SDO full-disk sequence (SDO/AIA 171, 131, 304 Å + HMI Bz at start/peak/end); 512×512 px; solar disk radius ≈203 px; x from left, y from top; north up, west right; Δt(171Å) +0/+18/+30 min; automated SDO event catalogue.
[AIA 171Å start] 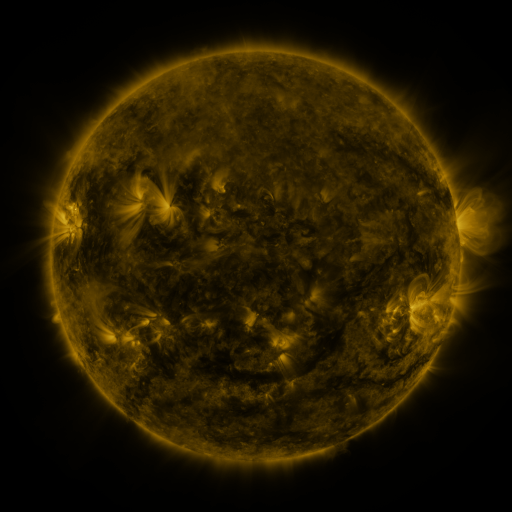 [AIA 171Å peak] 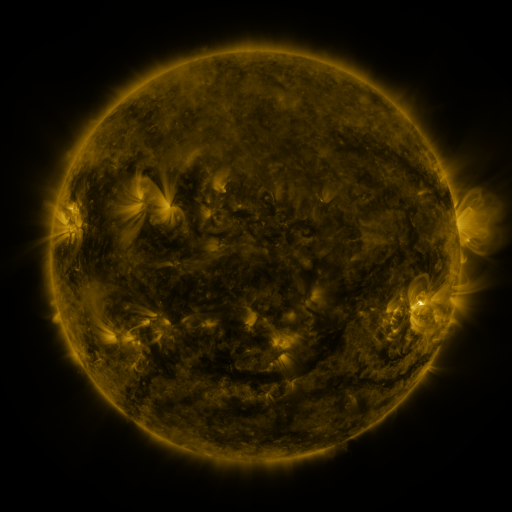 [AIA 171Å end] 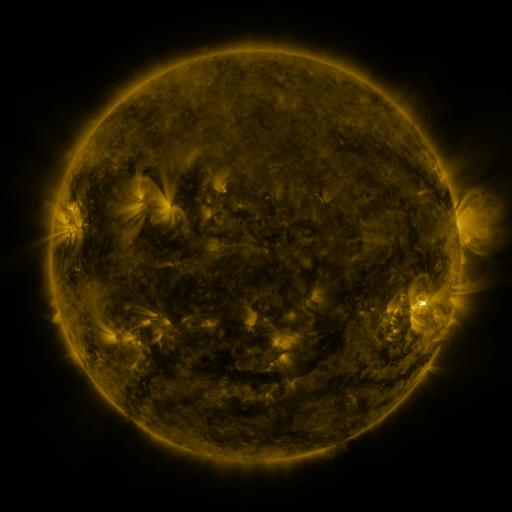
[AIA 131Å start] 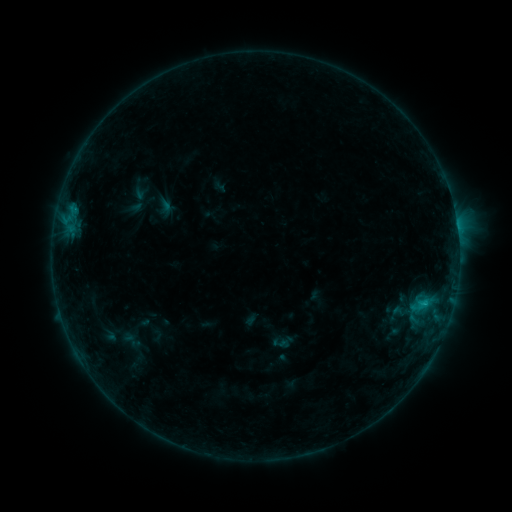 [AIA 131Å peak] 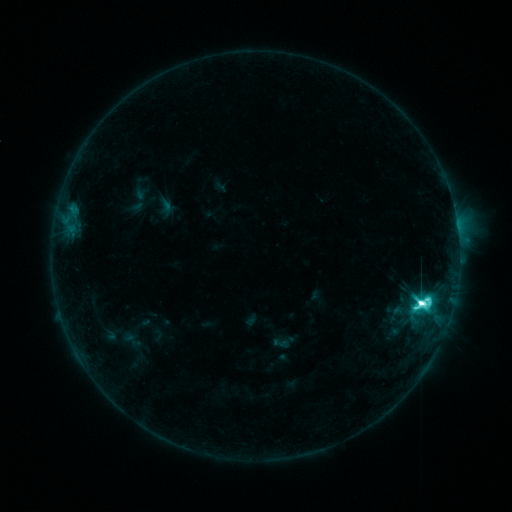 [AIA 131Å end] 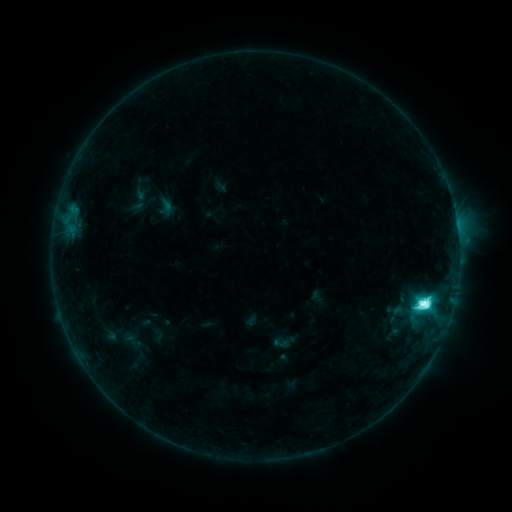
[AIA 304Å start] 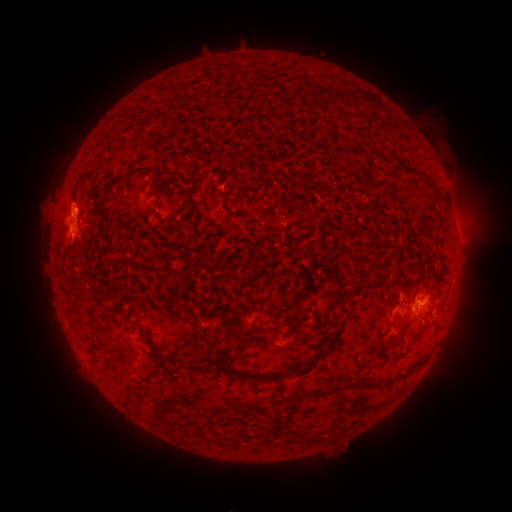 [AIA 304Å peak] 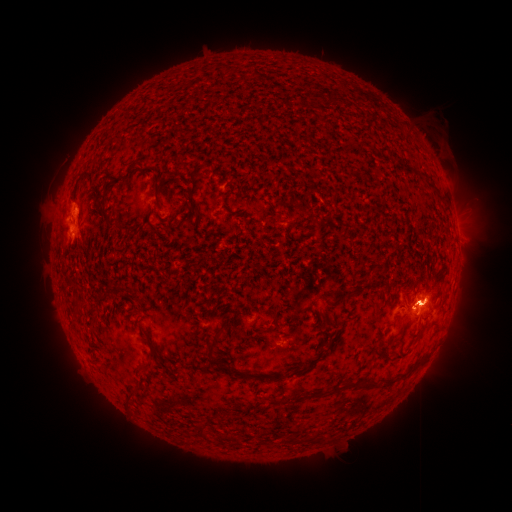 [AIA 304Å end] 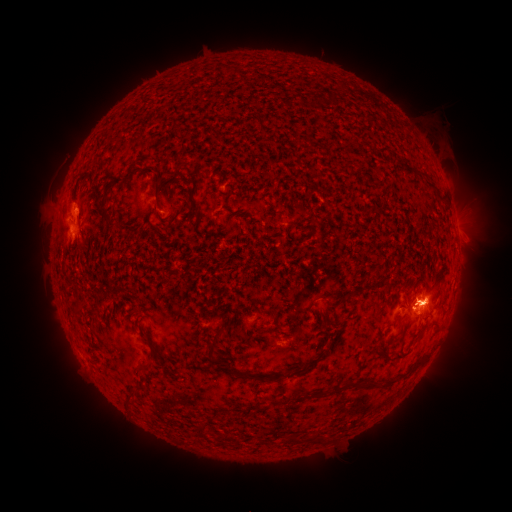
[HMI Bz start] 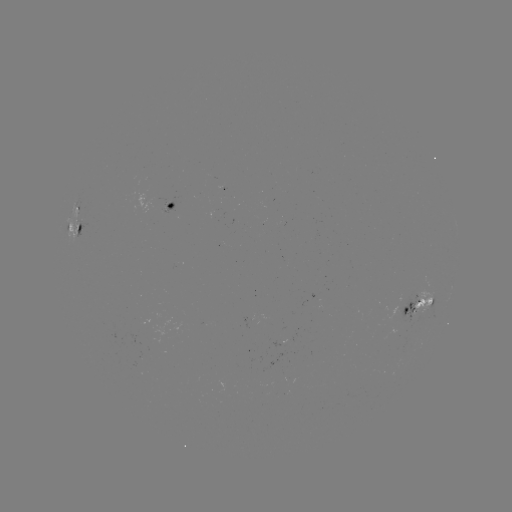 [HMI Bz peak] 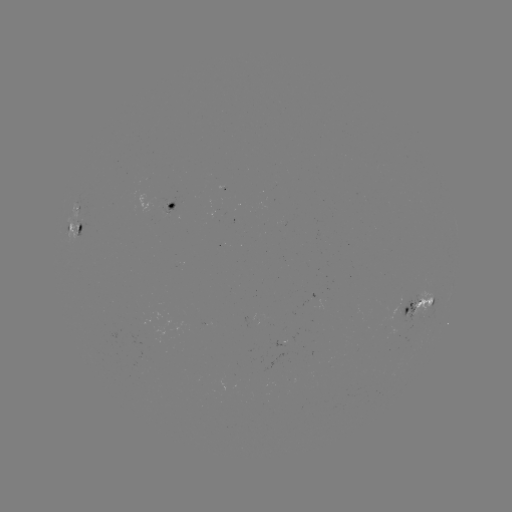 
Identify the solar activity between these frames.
M2.2 flare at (421, 300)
